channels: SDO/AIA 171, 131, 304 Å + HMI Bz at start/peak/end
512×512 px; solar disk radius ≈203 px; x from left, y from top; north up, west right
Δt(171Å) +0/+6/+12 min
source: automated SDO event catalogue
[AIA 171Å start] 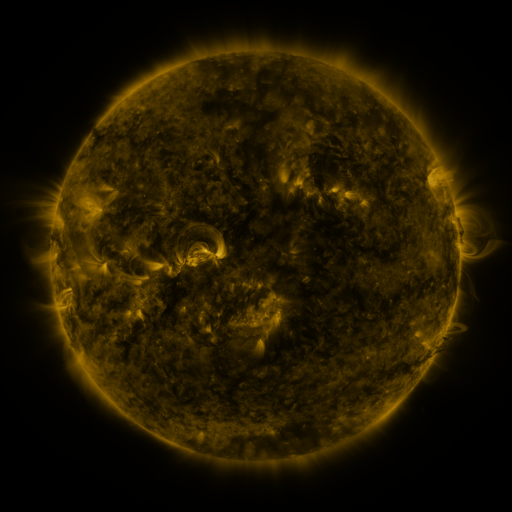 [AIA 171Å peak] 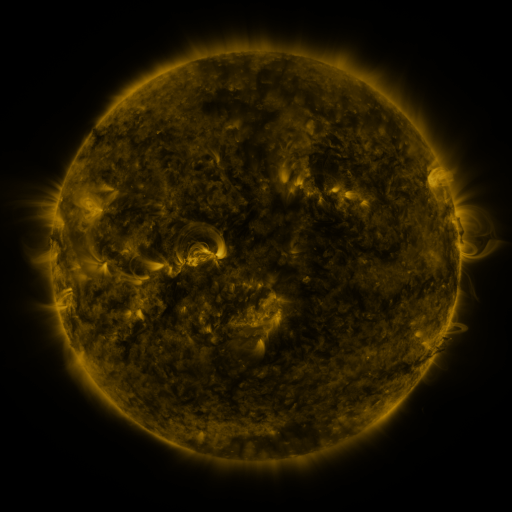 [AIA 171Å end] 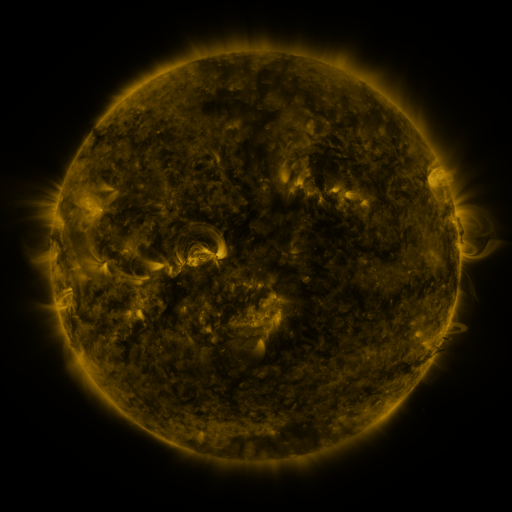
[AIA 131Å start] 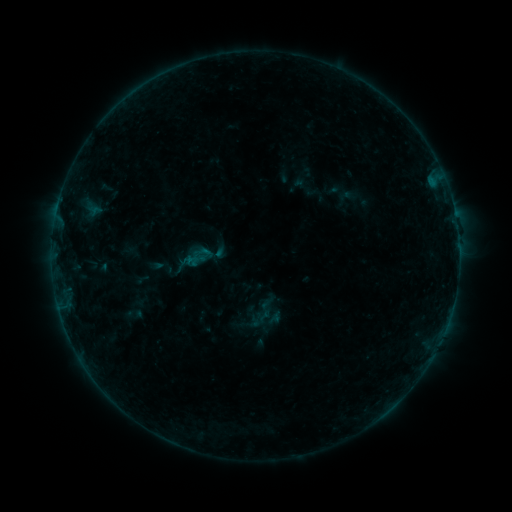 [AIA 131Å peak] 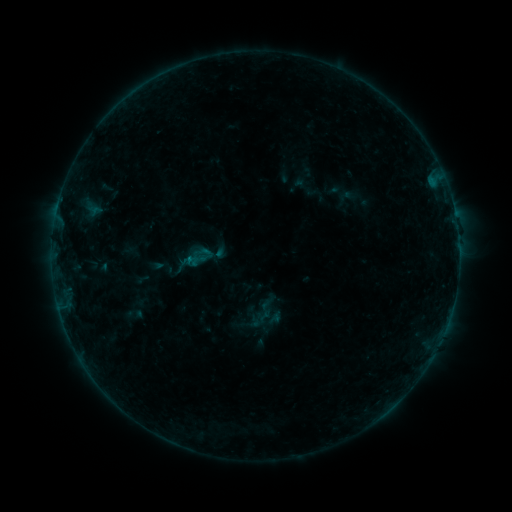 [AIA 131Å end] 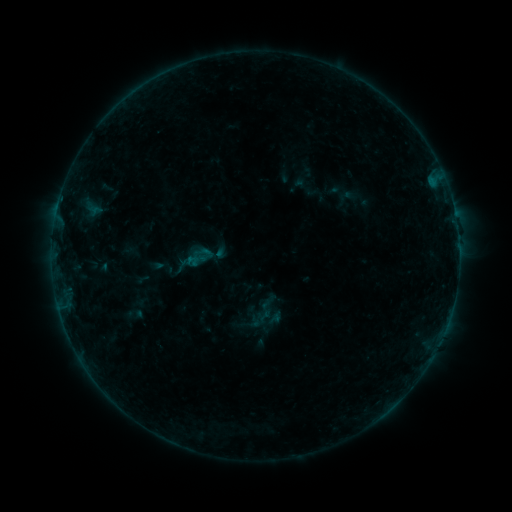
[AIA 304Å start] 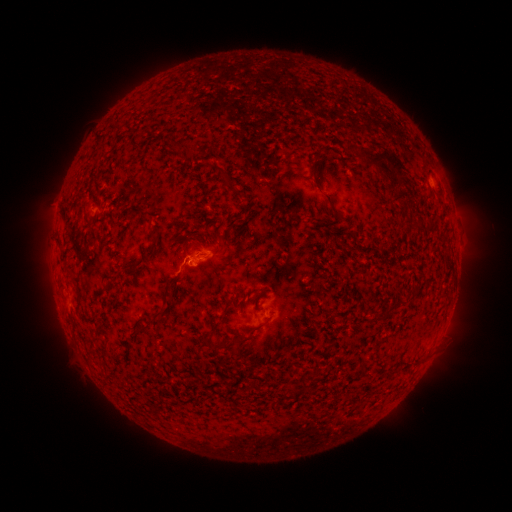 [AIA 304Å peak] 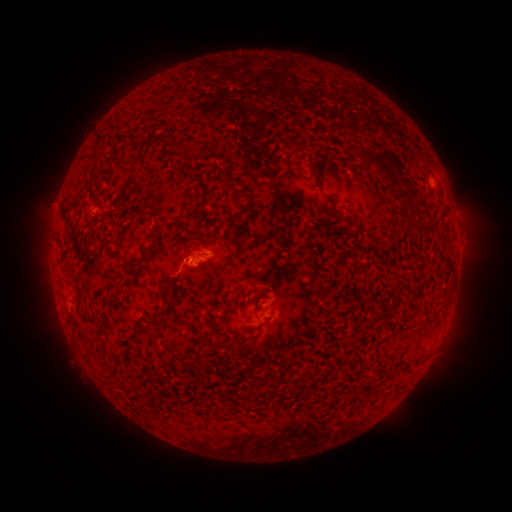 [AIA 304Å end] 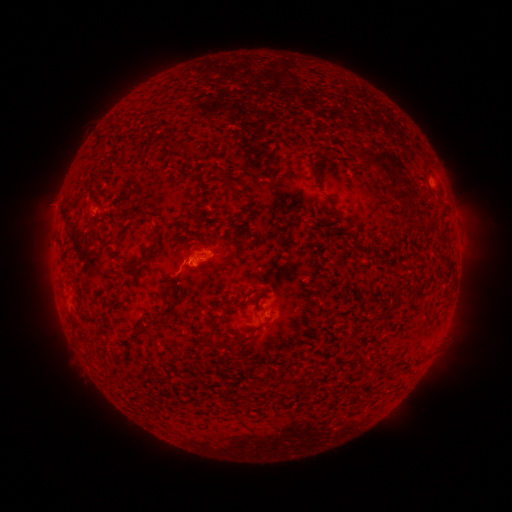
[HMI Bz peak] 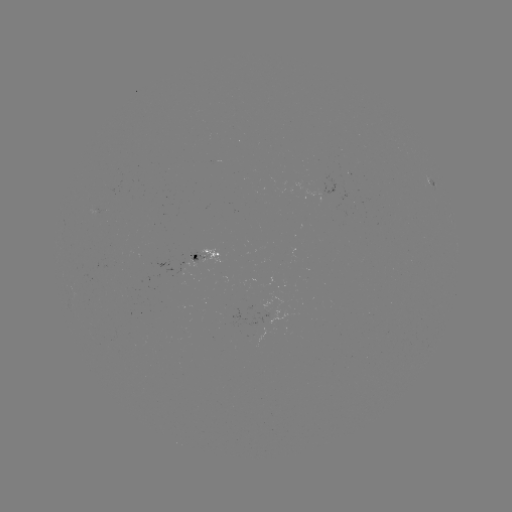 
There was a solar flare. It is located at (190, 256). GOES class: B2.5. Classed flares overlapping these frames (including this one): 1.